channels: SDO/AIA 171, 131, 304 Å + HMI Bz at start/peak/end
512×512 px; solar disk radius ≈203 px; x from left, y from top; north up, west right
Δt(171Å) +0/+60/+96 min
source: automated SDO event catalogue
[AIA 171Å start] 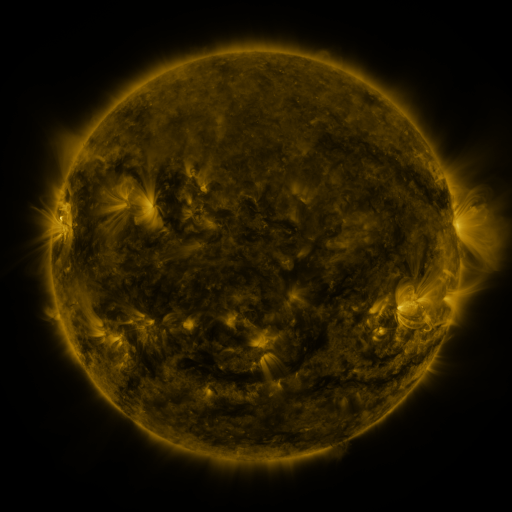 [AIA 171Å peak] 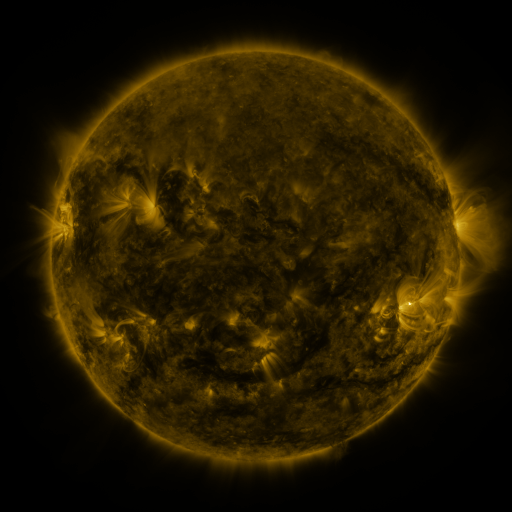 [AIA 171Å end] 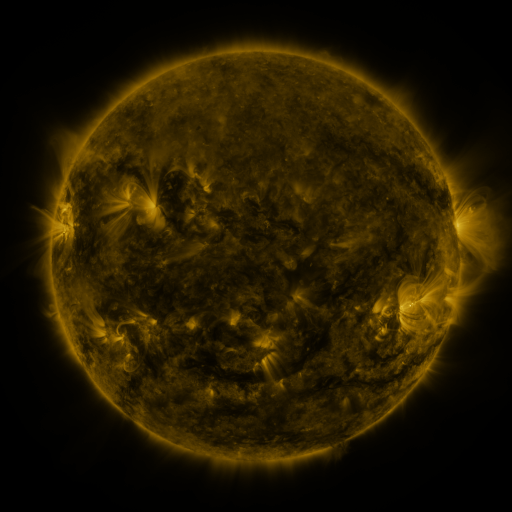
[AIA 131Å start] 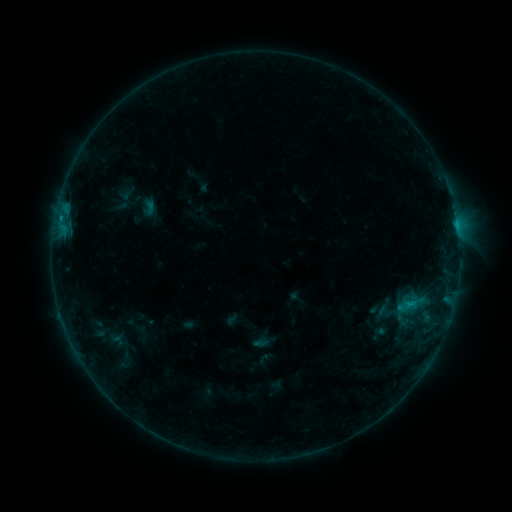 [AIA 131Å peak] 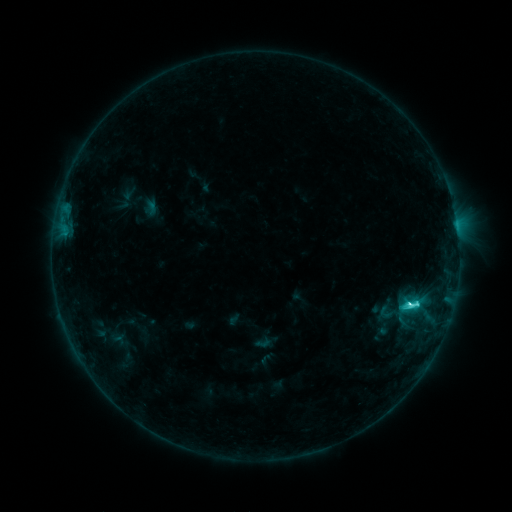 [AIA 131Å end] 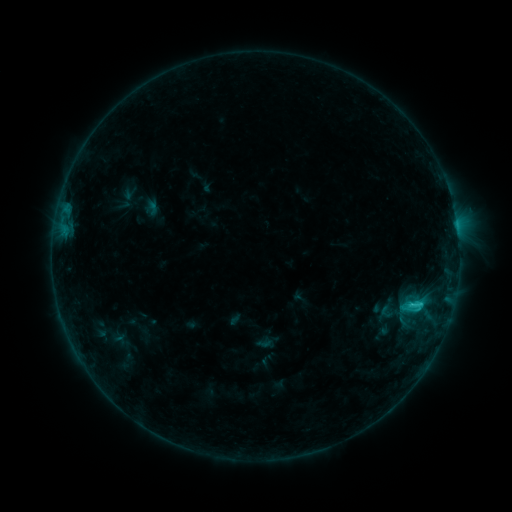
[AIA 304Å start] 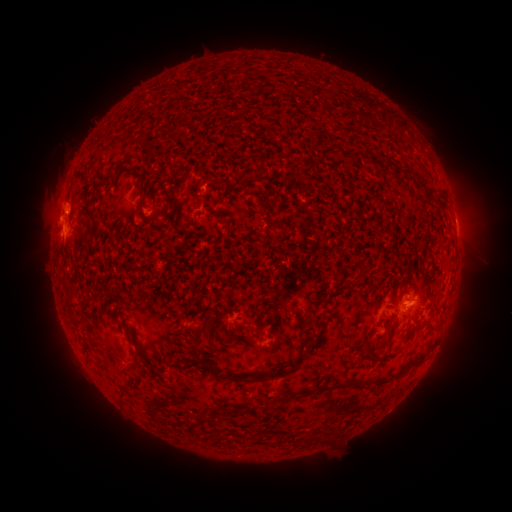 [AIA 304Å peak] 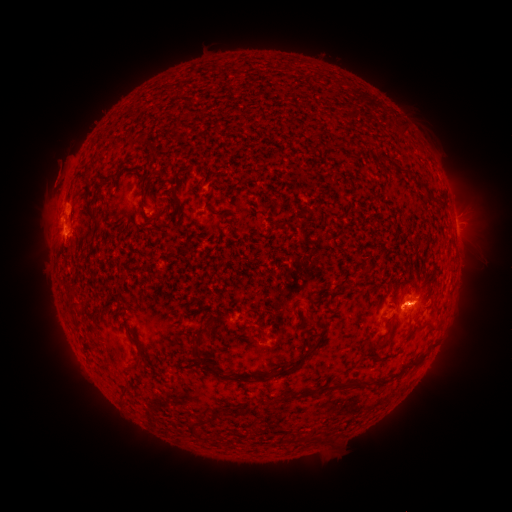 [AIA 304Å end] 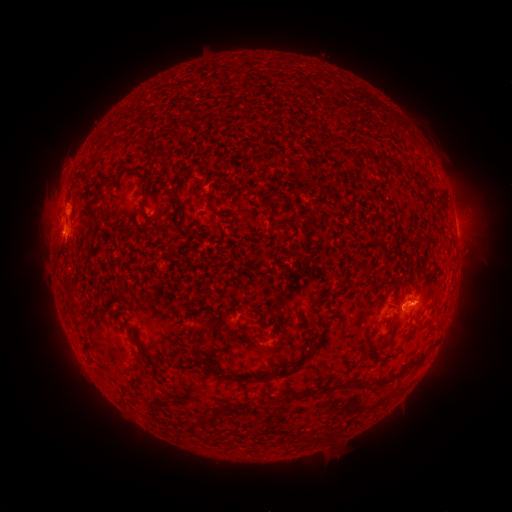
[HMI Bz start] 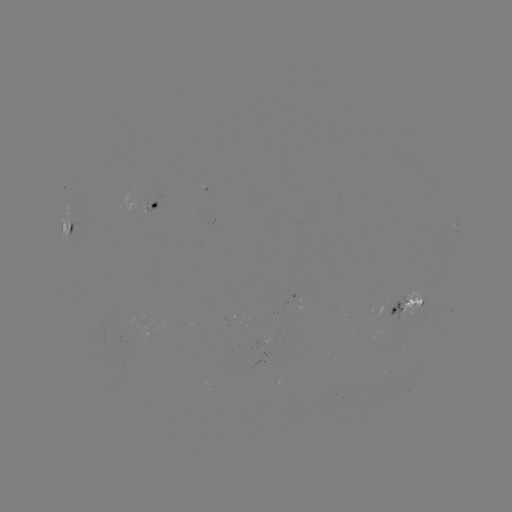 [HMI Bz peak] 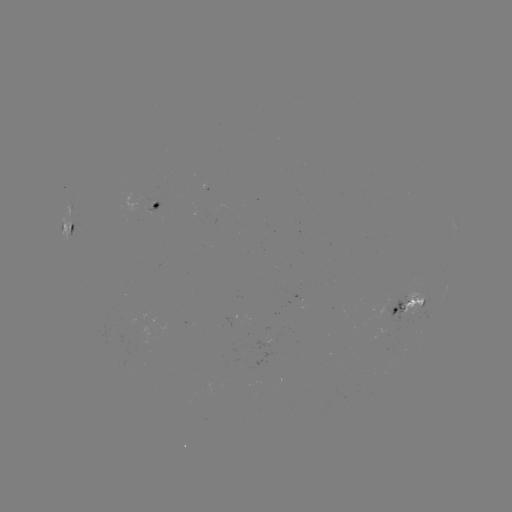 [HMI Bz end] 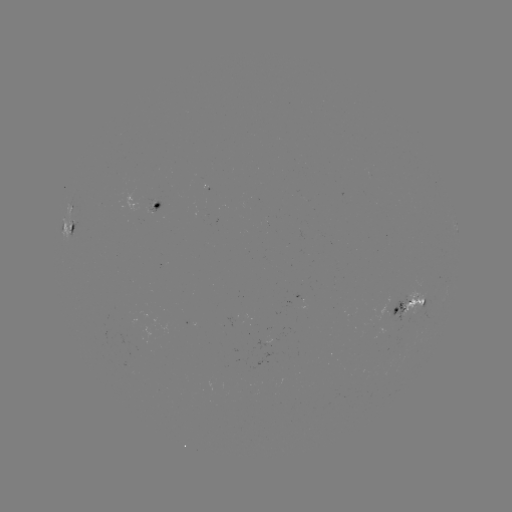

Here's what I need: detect emerging-flux region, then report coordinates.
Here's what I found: emerging-flux region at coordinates (144, 199).